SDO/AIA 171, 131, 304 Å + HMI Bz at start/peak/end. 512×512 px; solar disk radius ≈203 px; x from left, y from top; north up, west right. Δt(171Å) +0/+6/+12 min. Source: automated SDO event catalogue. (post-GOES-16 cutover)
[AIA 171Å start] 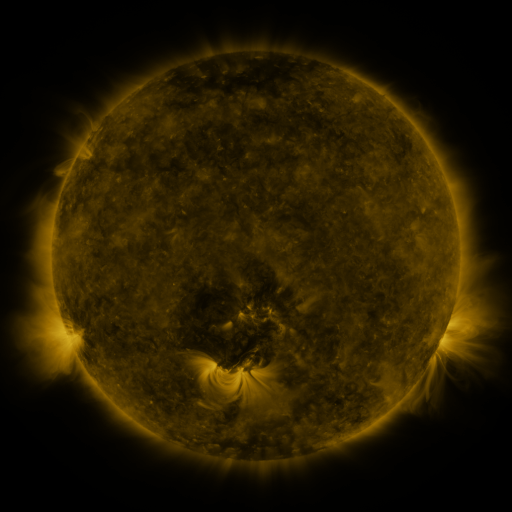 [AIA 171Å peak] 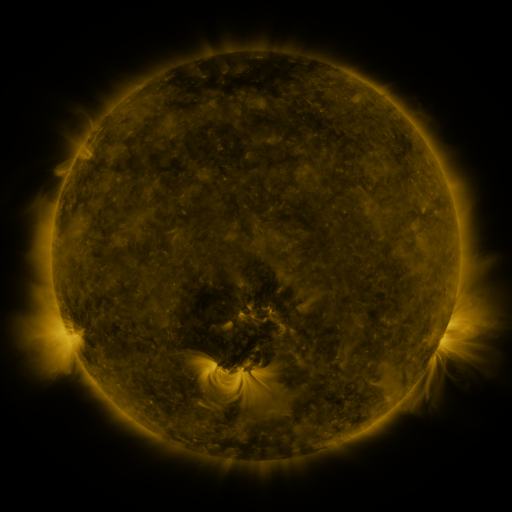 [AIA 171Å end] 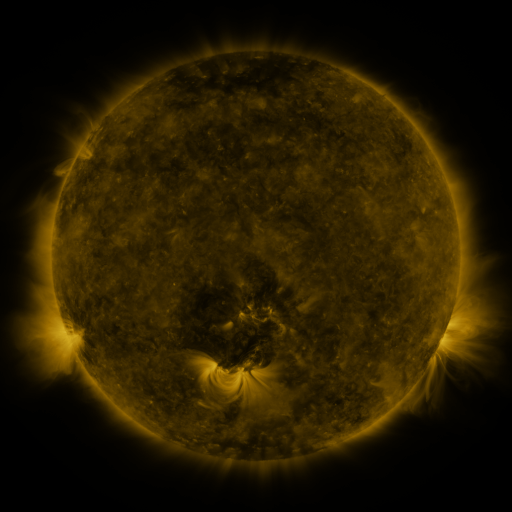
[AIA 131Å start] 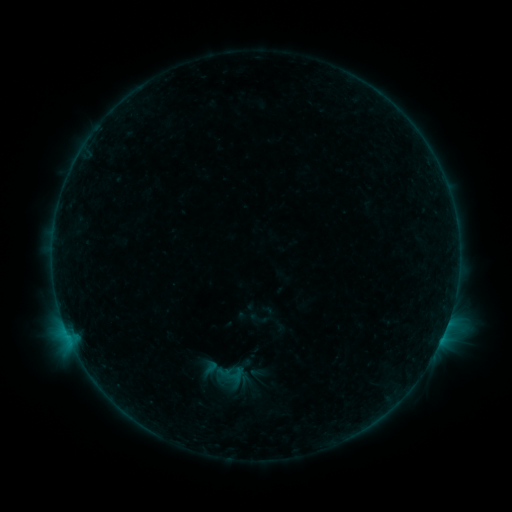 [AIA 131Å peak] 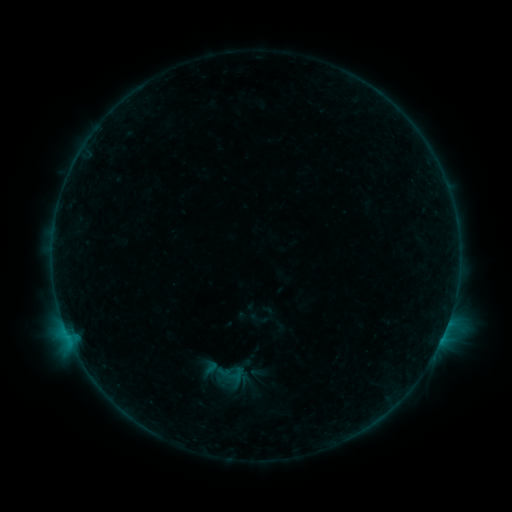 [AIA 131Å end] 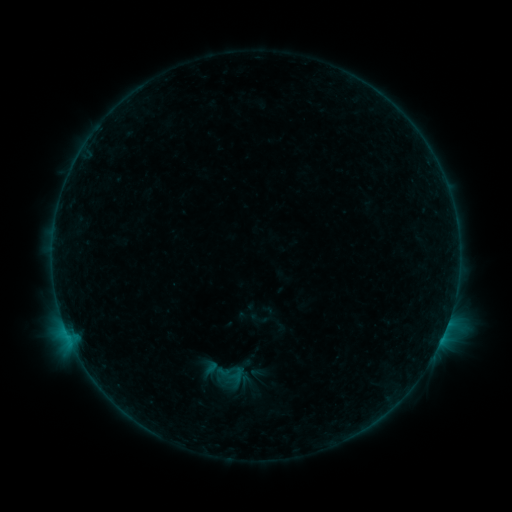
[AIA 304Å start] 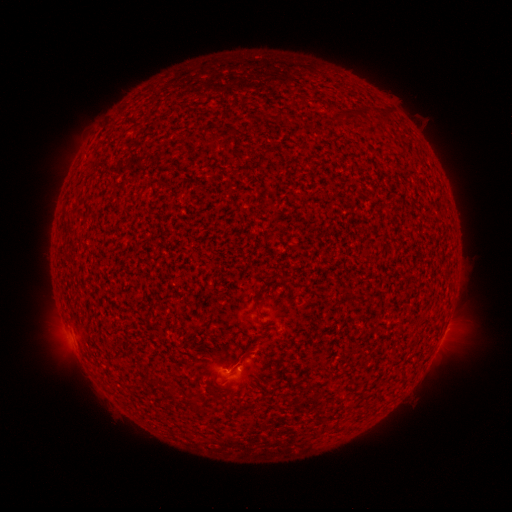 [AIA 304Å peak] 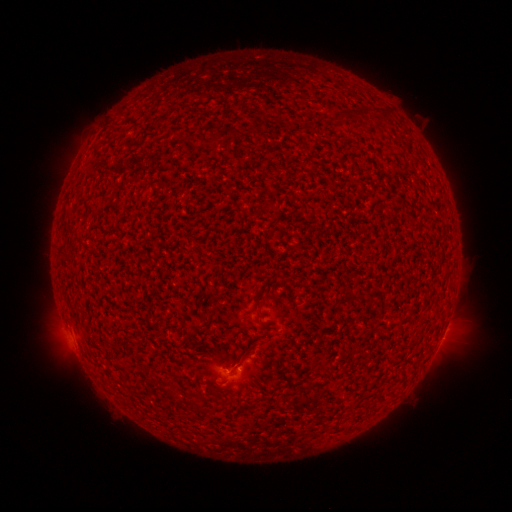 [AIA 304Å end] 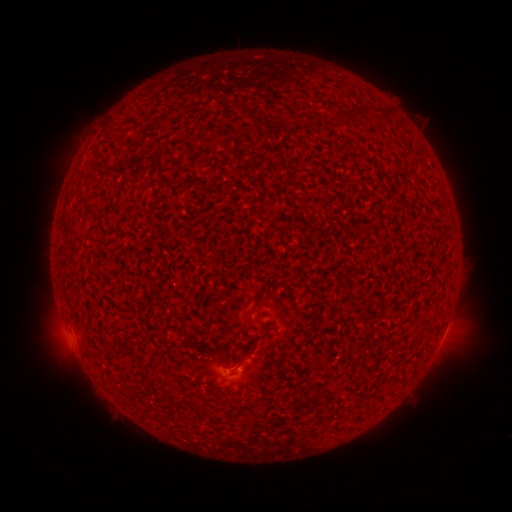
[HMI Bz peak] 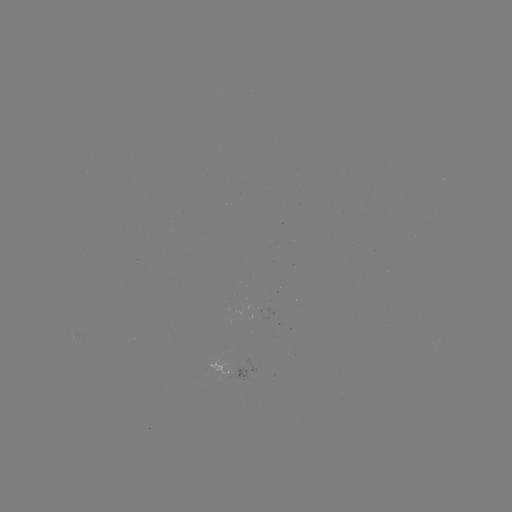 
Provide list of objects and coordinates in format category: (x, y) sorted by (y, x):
B2.1 flare: (445, 329)
